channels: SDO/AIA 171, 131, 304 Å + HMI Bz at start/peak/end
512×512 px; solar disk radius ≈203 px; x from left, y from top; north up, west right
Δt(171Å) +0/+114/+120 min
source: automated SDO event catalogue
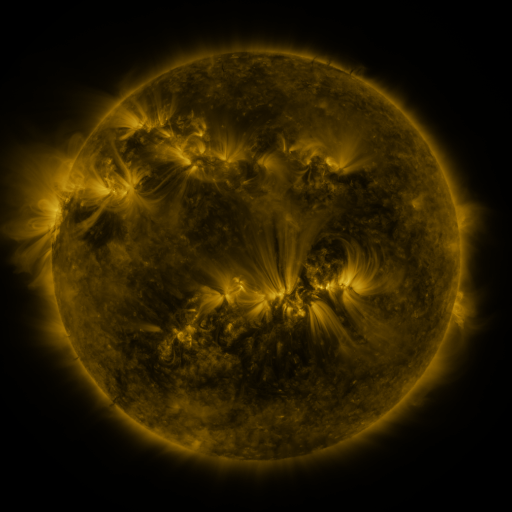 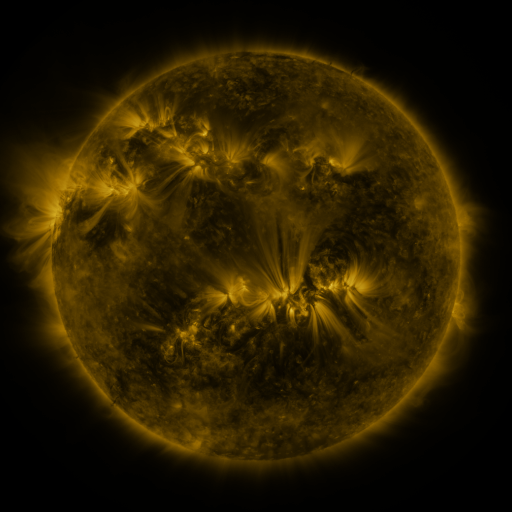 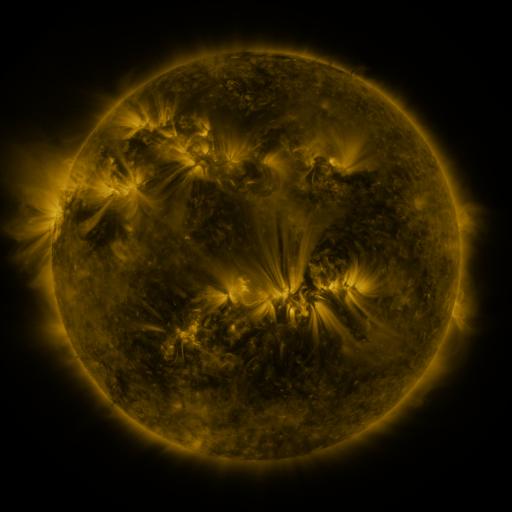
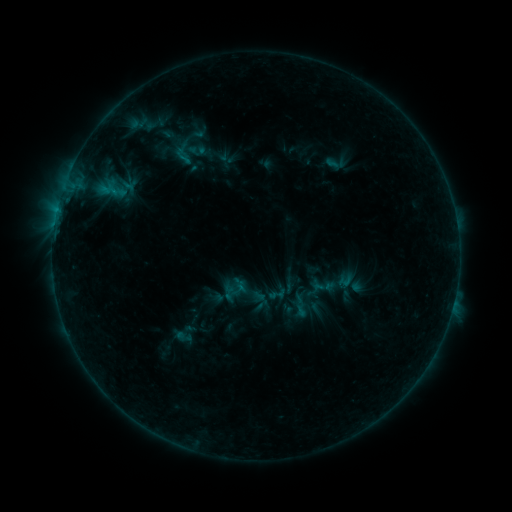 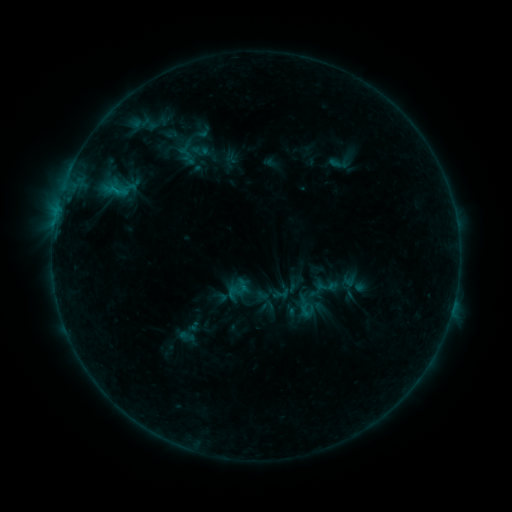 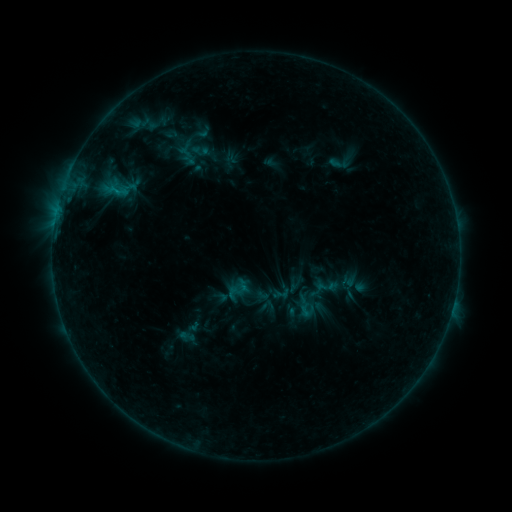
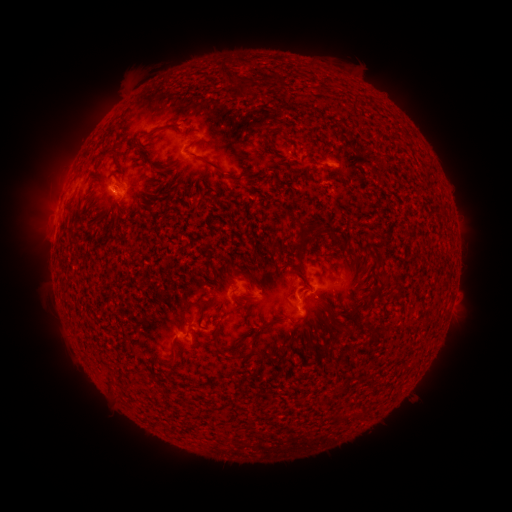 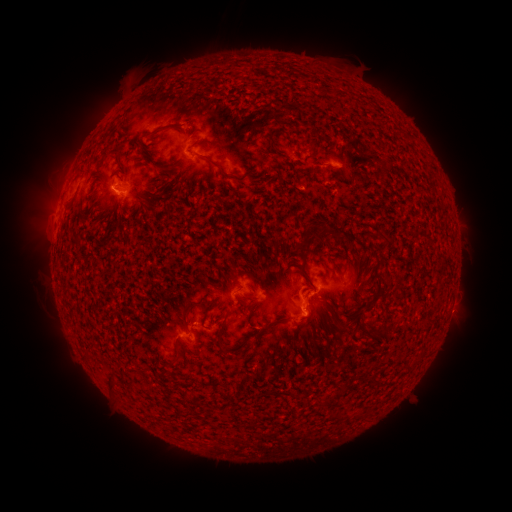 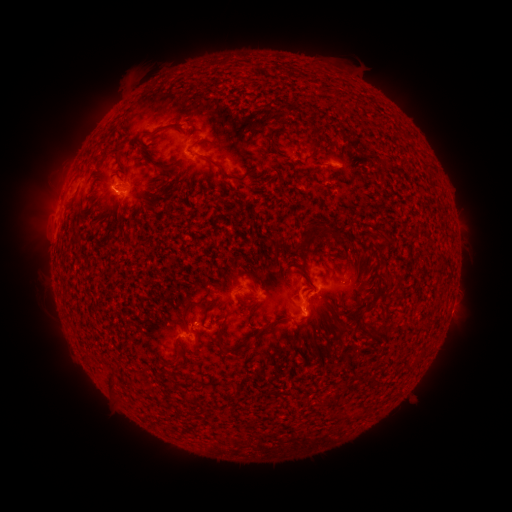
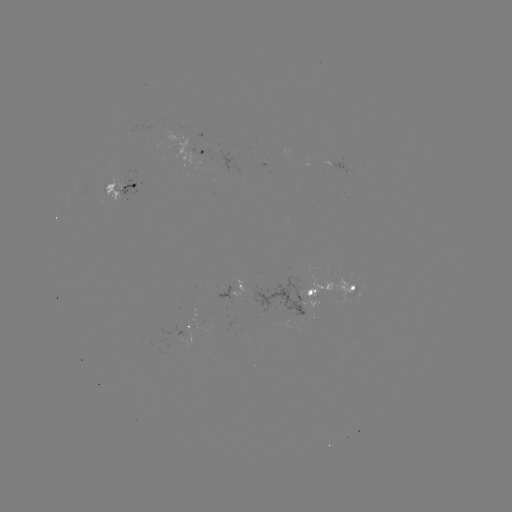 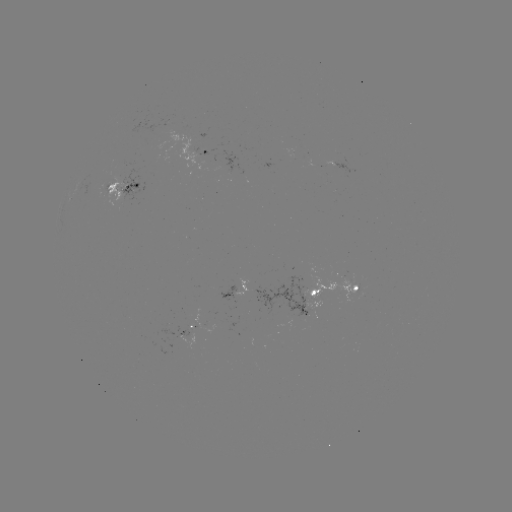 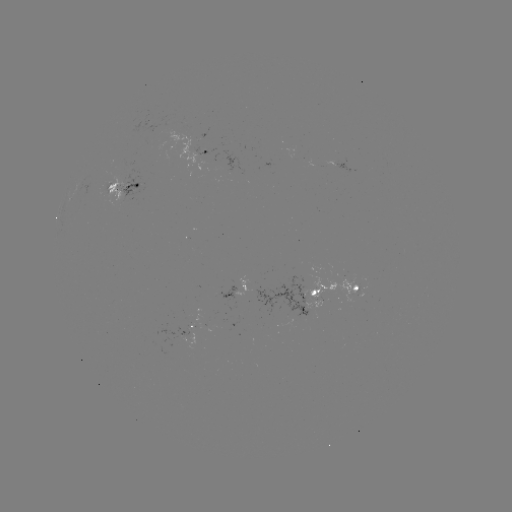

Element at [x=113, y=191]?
B6.0 flare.